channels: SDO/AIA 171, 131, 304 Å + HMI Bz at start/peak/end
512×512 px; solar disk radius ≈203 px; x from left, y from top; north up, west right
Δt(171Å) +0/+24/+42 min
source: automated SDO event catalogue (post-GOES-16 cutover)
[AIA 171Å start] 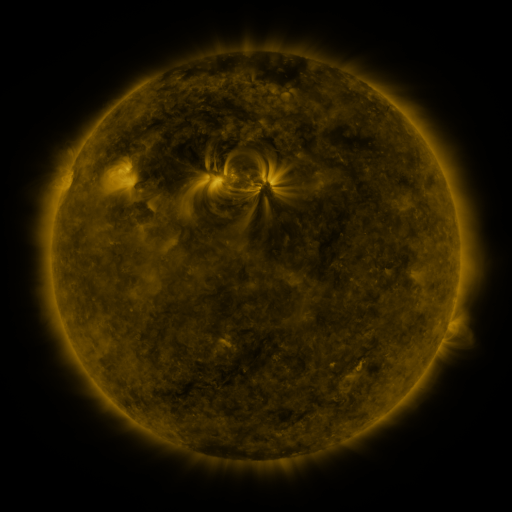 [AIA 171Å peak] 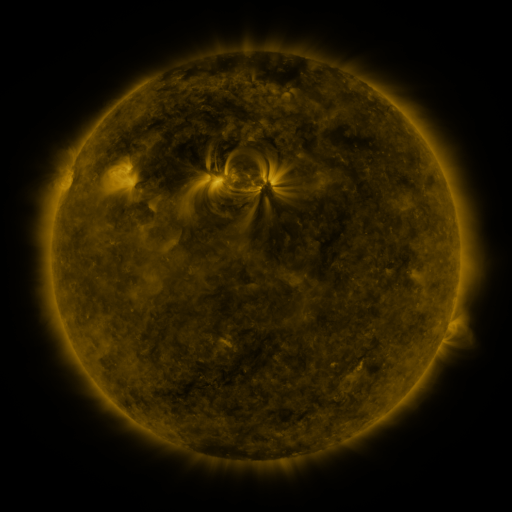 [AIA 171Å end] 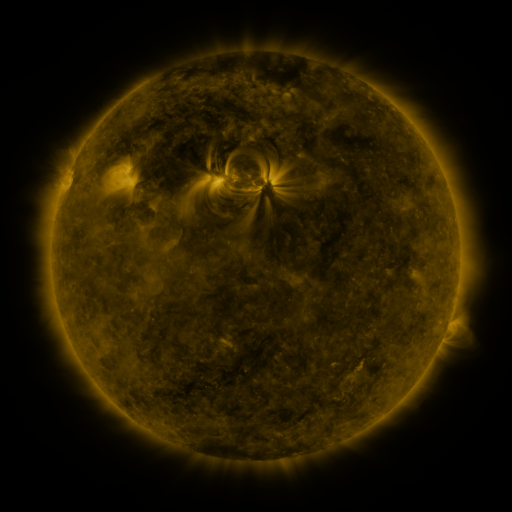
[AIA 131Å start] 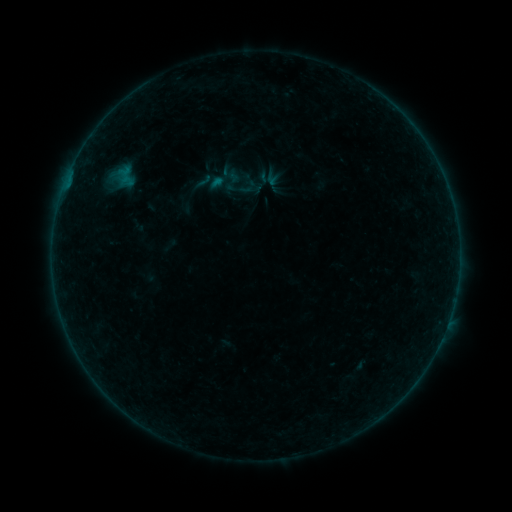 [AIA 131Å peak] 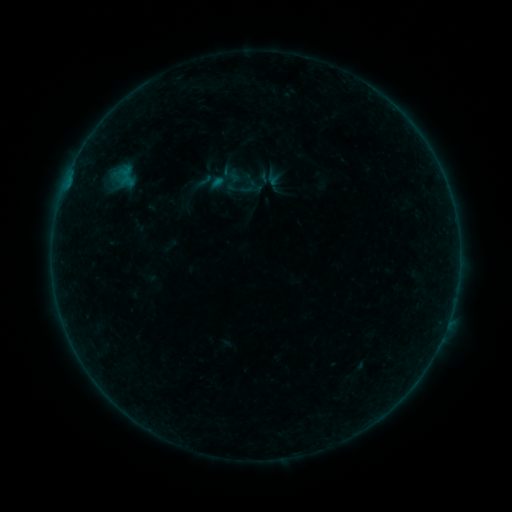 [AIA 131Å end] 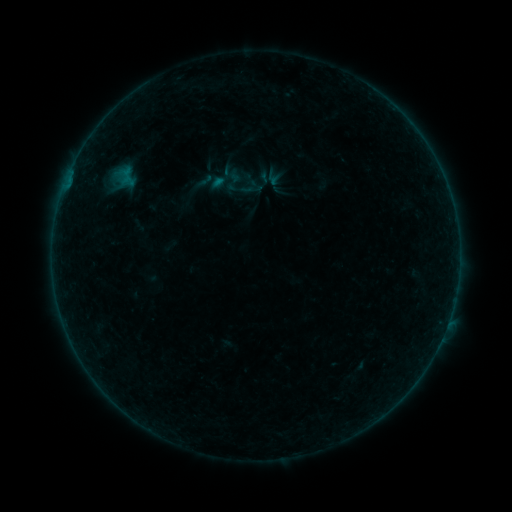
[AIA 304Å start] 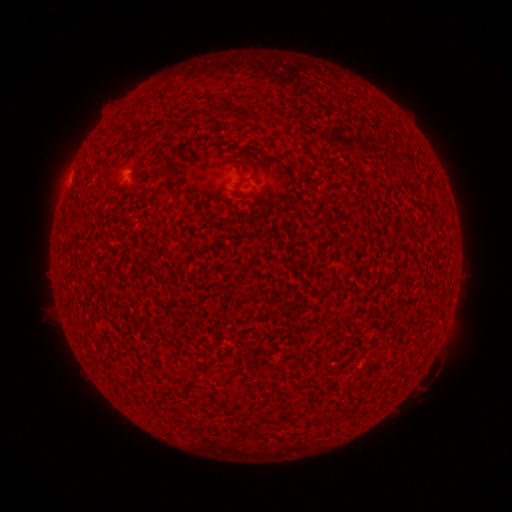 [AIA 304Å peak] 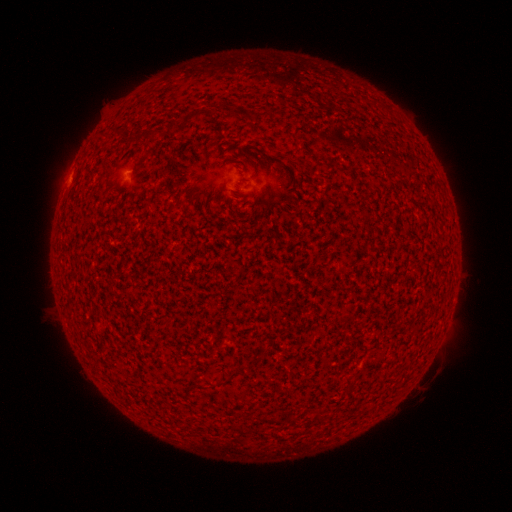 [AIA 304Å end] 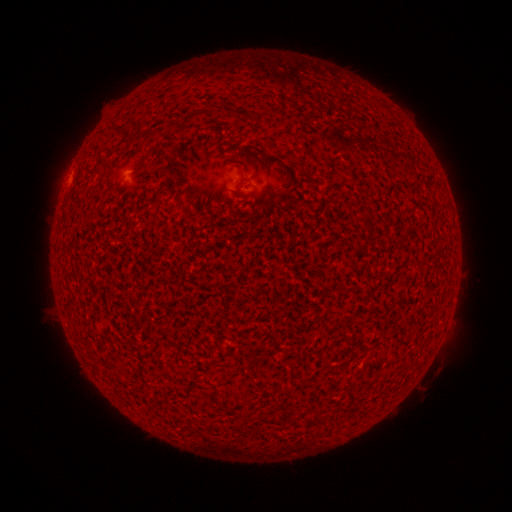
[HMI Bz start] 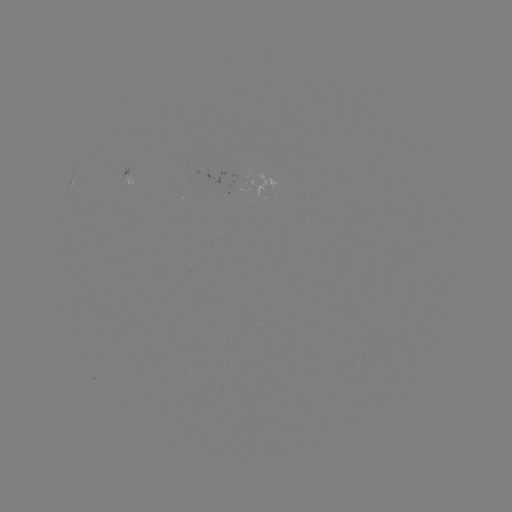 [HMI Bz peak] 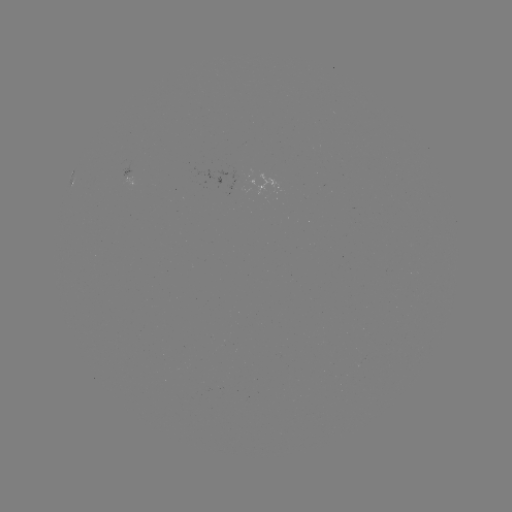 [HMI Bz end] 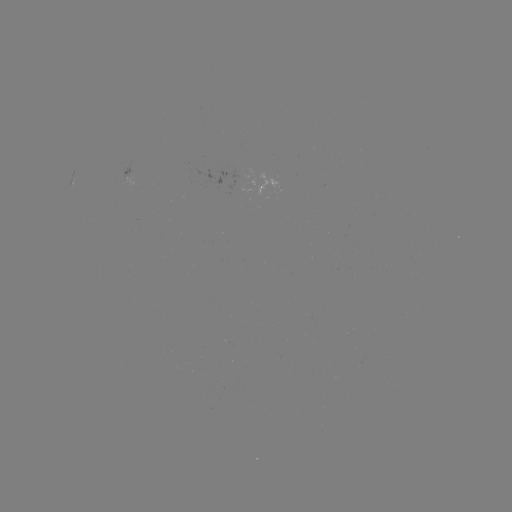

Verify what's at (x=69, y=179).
A5.9 flare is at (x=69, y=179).